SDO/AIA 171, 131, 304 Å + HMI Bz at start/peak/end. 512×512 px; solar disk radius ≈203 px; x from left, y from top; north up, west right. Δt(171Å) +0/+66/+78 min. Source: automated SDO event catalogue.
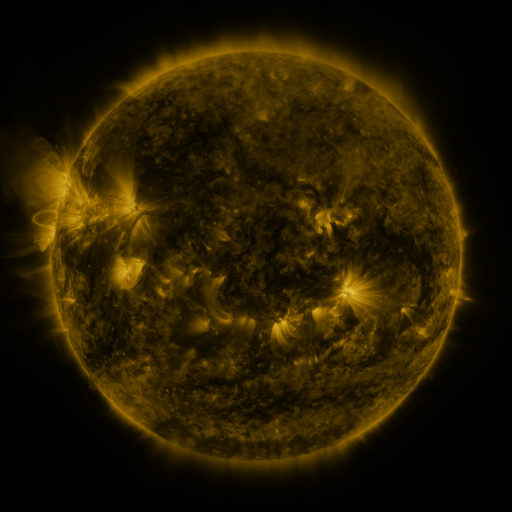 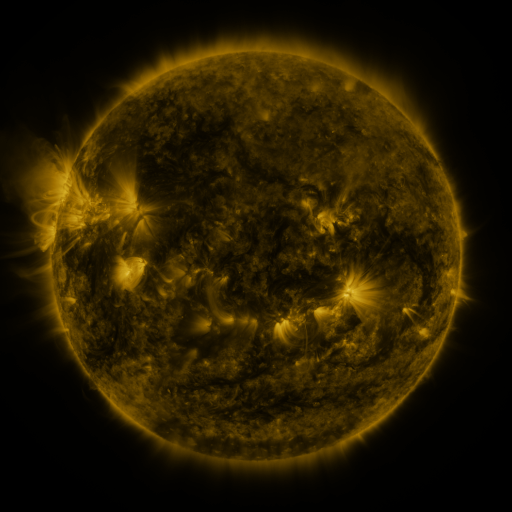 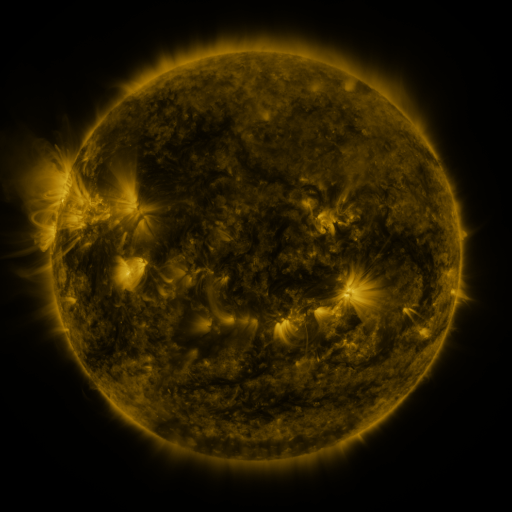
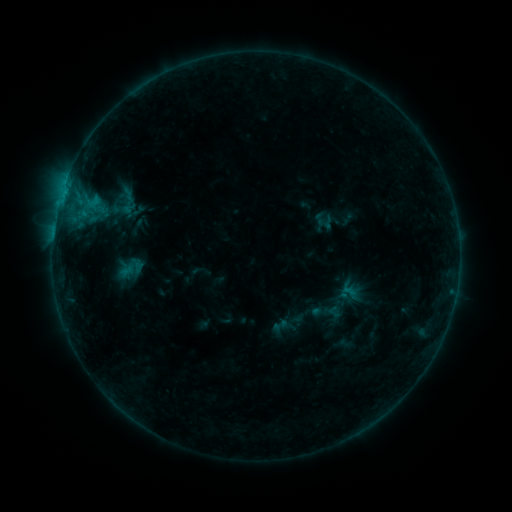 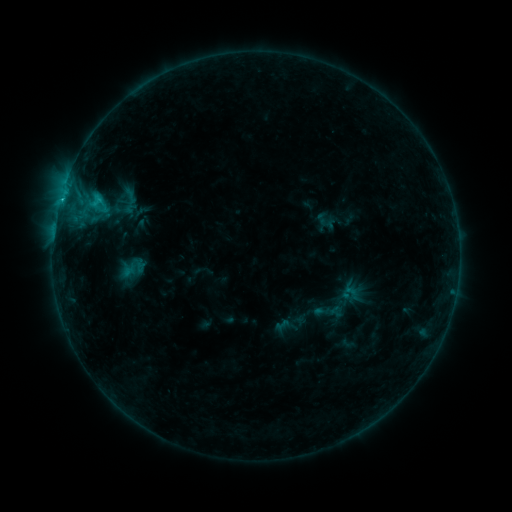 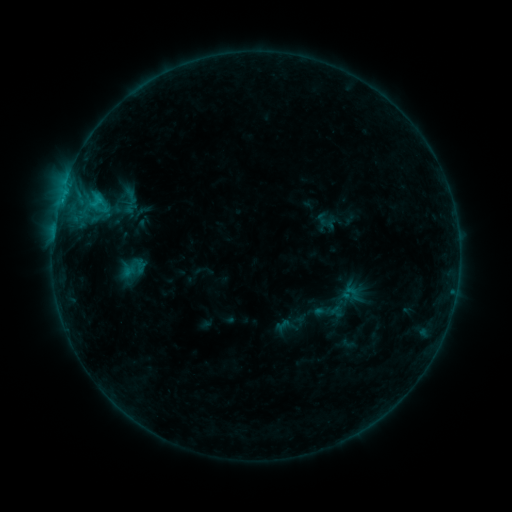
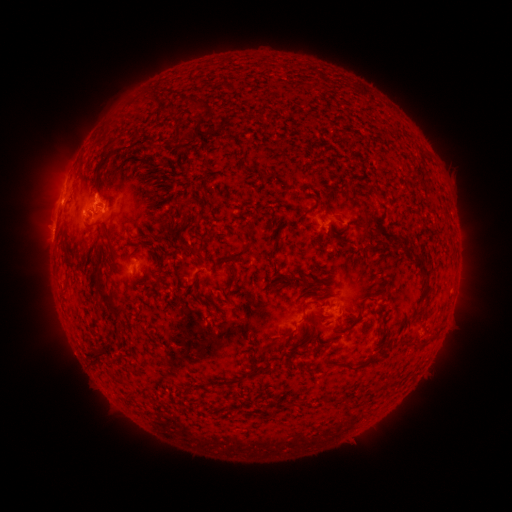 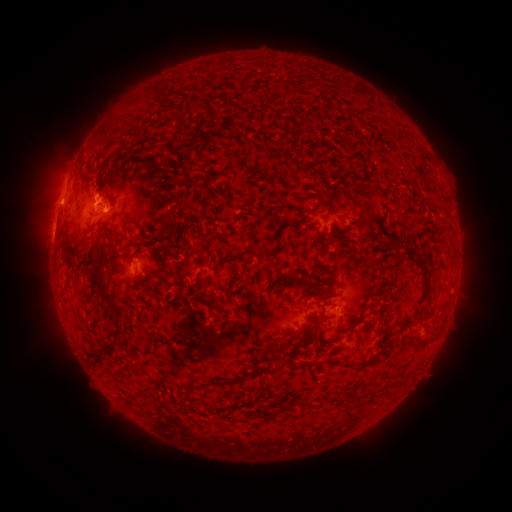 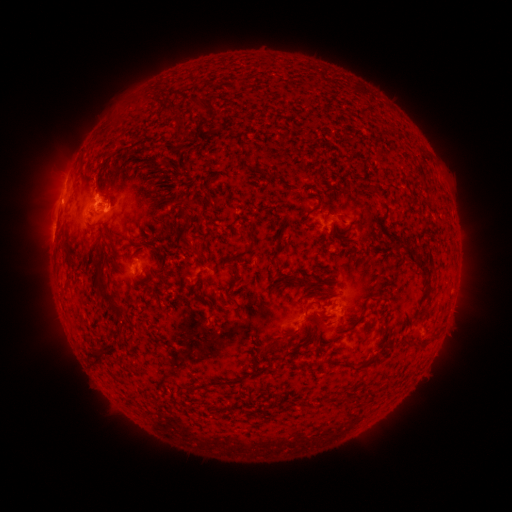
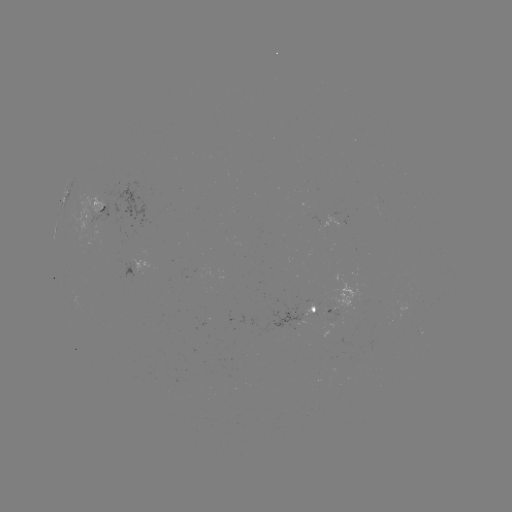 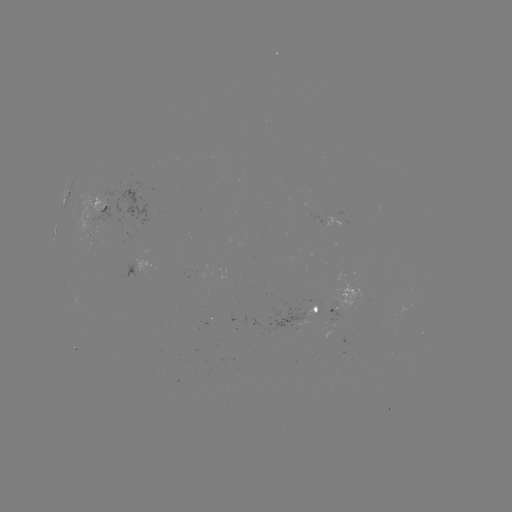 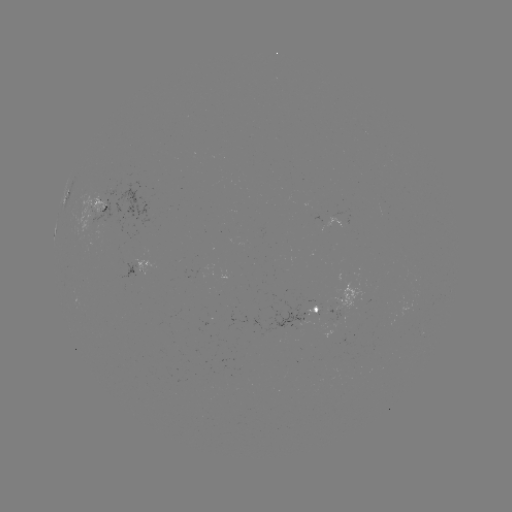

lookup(C1.3 flare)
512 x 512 62,203